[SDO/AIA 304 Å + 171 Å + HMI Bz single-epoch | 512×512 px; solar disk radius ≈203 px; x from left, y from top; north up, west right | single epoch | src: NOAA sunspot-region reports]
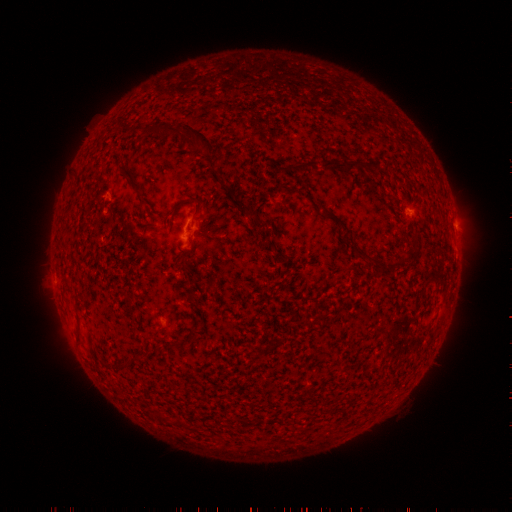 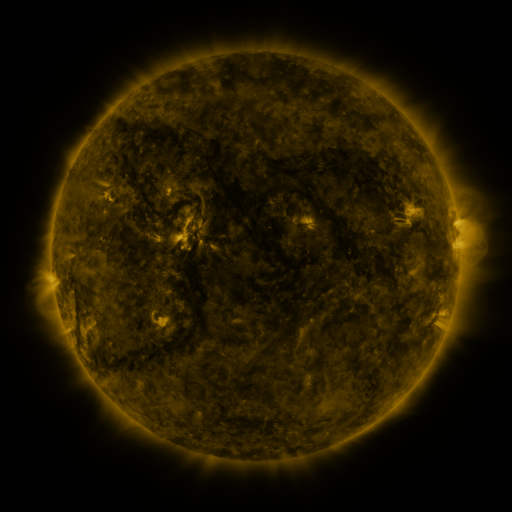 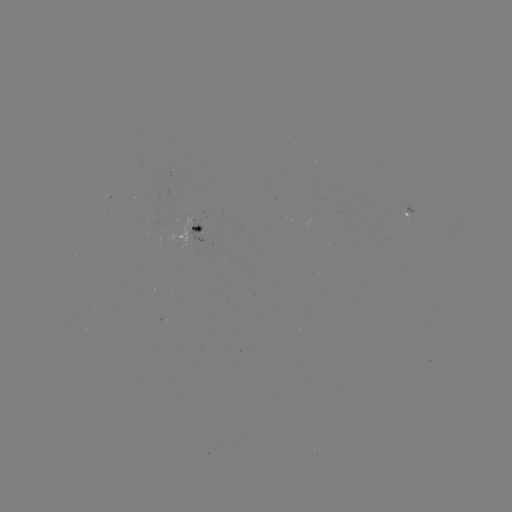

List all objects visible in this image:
spotted active region: (410, 216)
spotted active region: (196, 231)
